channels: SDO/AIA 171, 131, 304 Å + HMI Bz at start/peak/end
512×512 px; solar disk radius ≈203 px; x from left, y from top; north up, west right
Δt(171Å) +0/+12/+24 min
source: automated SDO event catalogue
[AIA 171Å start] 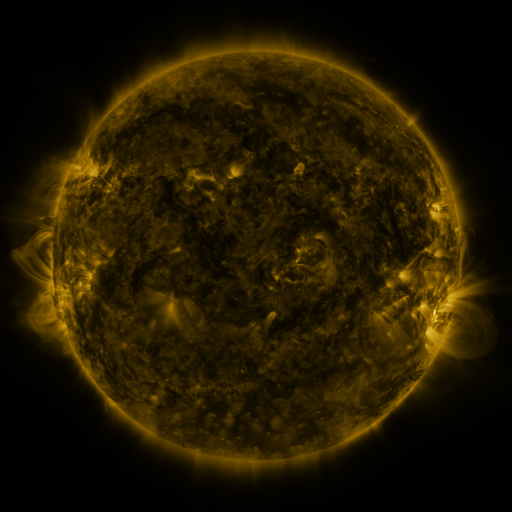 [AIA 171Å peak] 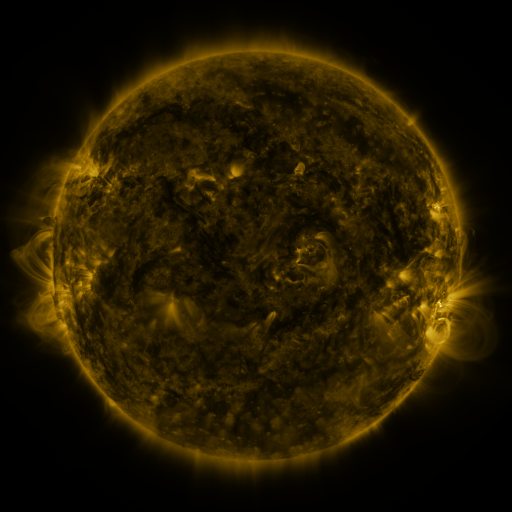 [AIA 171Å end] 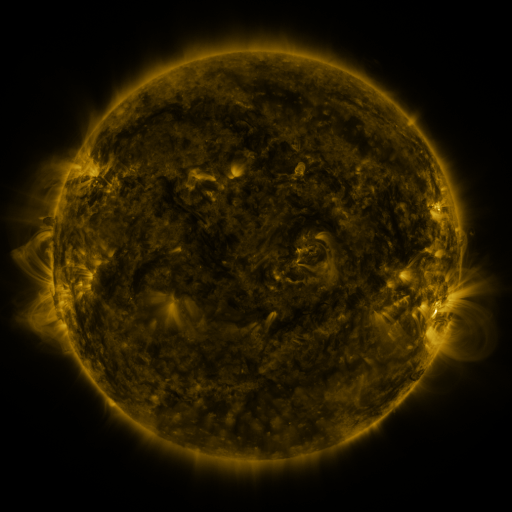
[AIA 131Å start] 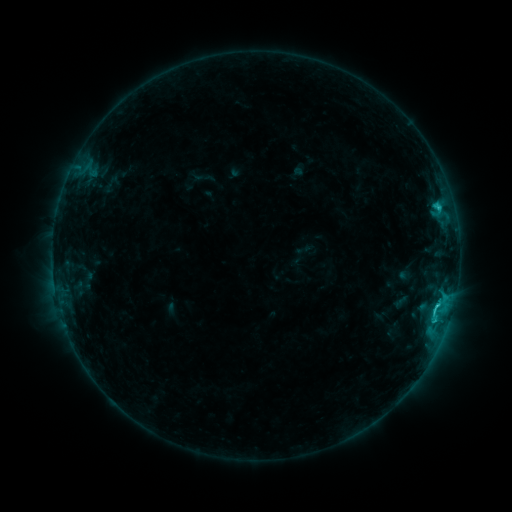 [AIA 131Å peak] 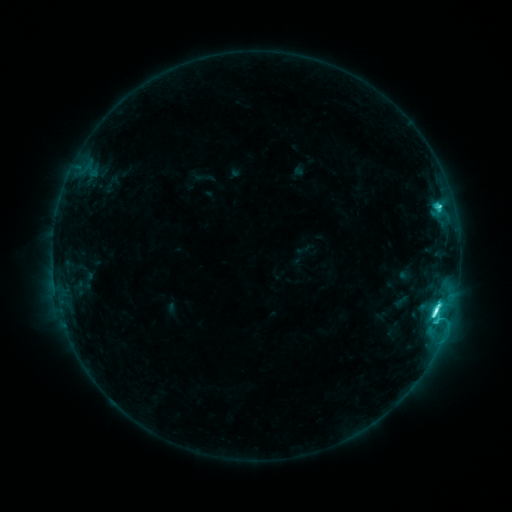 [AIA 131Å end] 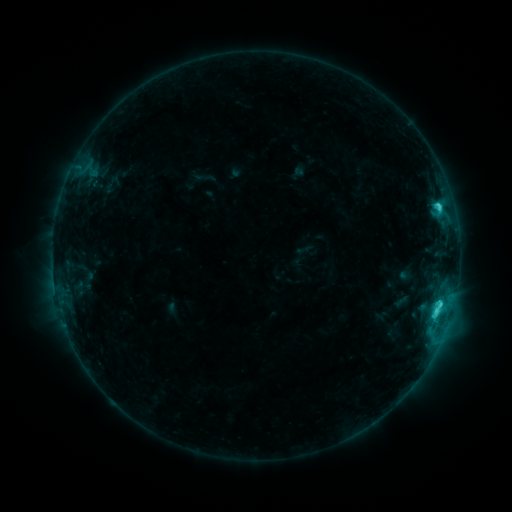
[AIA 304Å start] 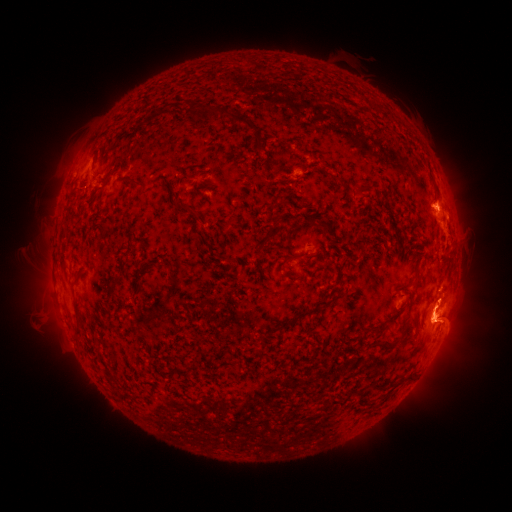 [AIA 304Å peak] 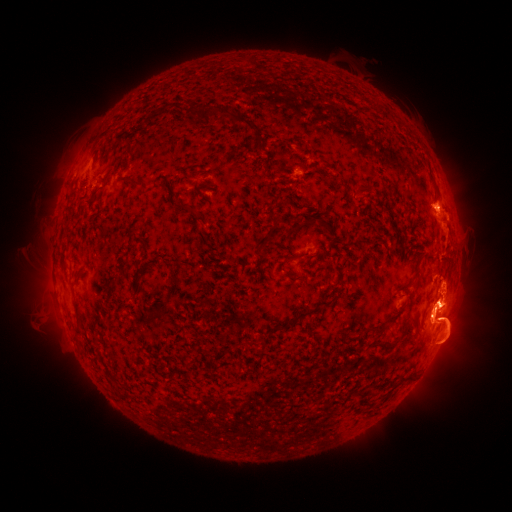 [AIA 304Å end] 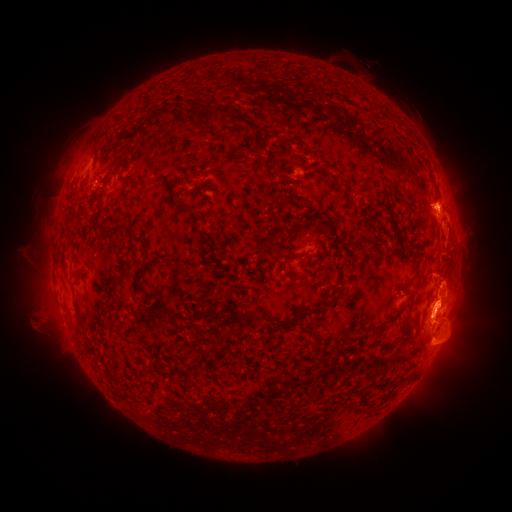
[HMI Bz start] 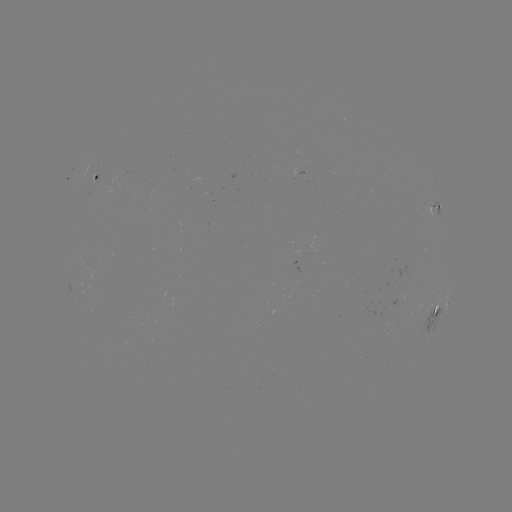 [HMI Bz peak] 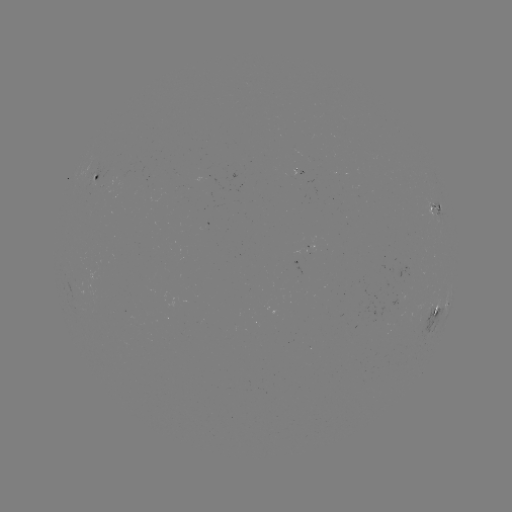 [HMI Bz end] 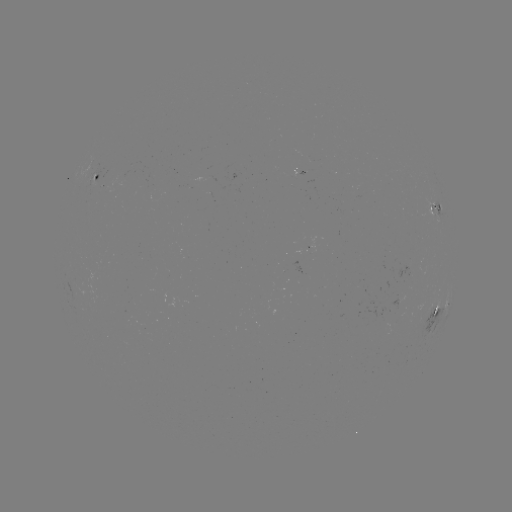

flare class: C7.6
